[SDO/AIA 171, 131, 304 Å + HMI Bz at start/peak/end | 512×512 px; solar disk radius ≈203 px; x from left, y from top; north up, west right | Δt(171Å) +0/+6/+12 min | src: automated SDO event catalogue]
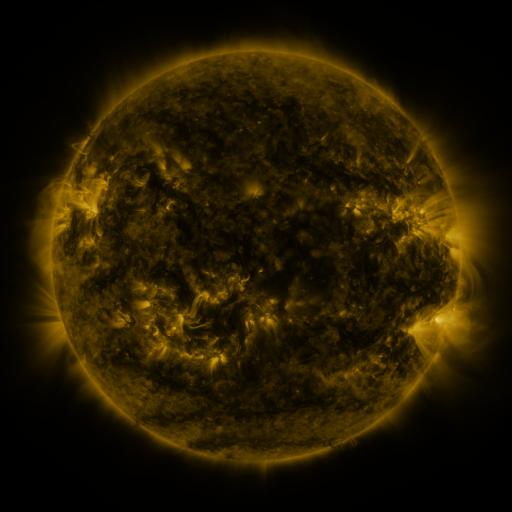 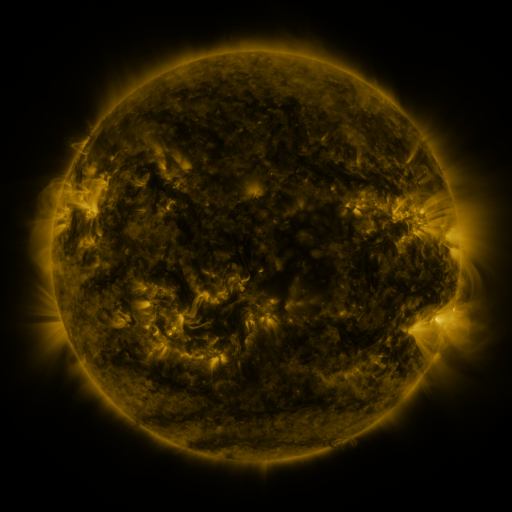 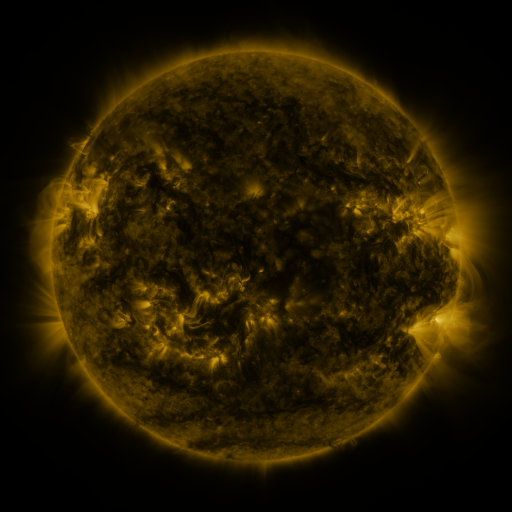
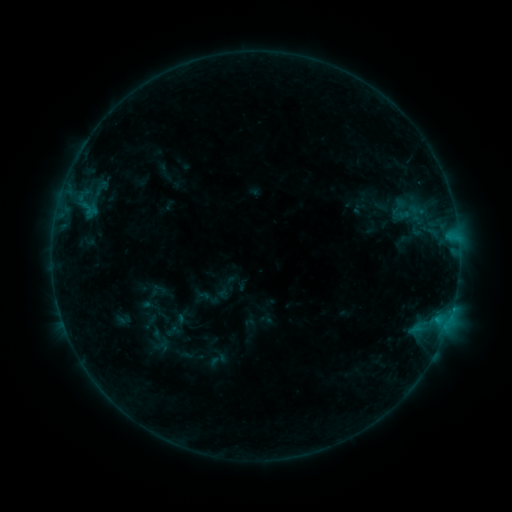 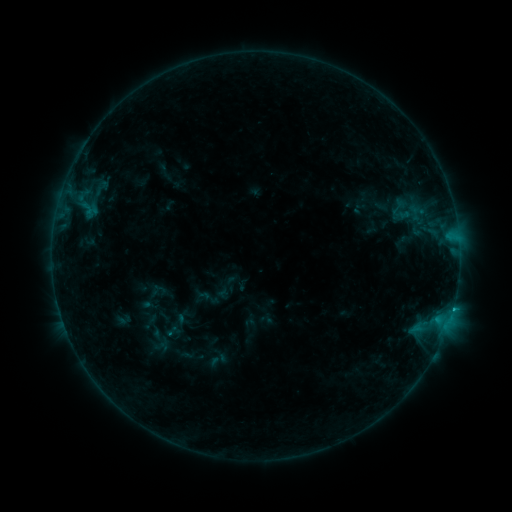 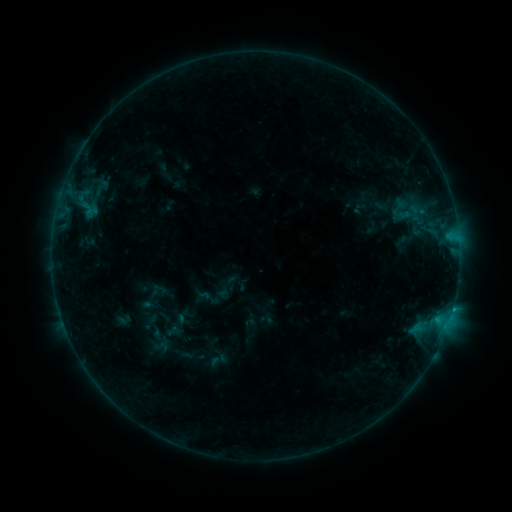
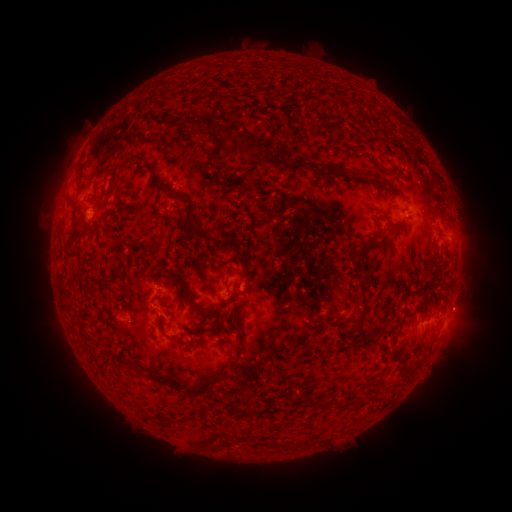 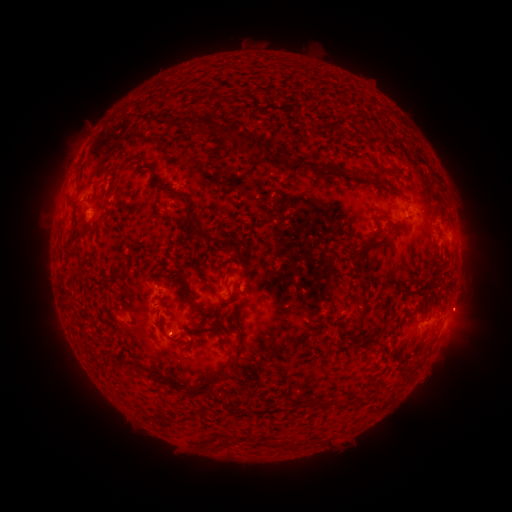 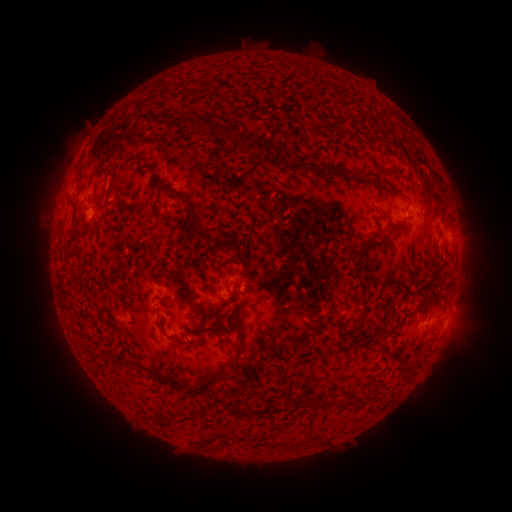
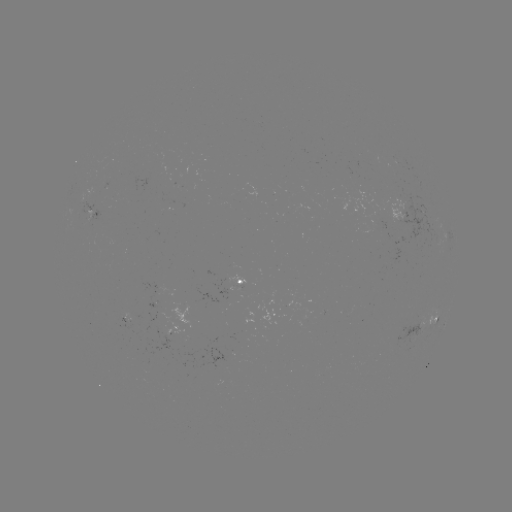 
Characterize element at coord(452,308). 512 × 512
B6.7 flare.